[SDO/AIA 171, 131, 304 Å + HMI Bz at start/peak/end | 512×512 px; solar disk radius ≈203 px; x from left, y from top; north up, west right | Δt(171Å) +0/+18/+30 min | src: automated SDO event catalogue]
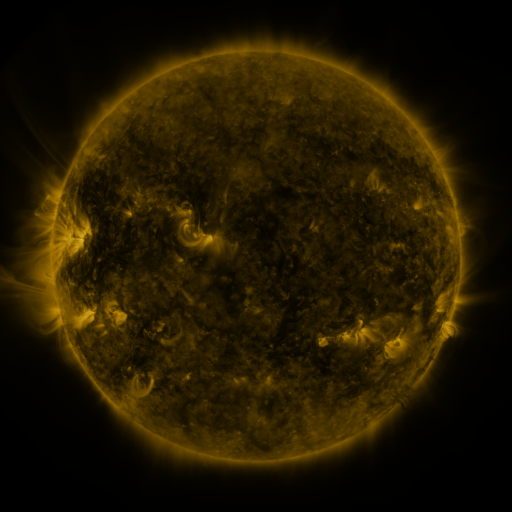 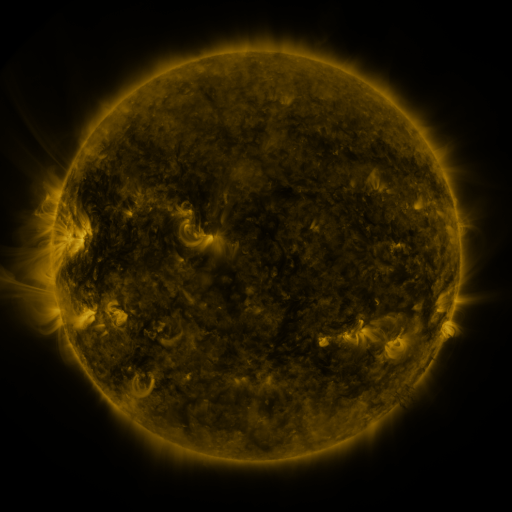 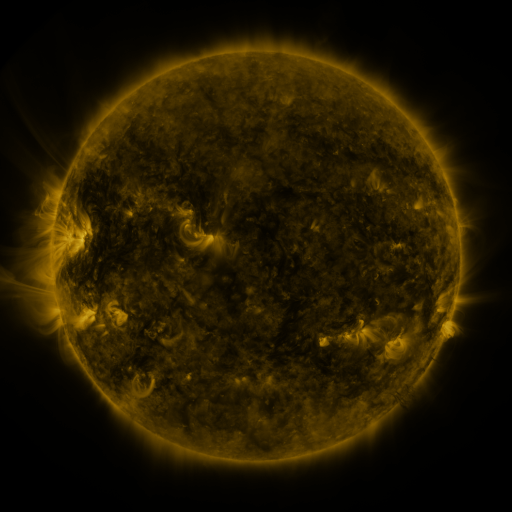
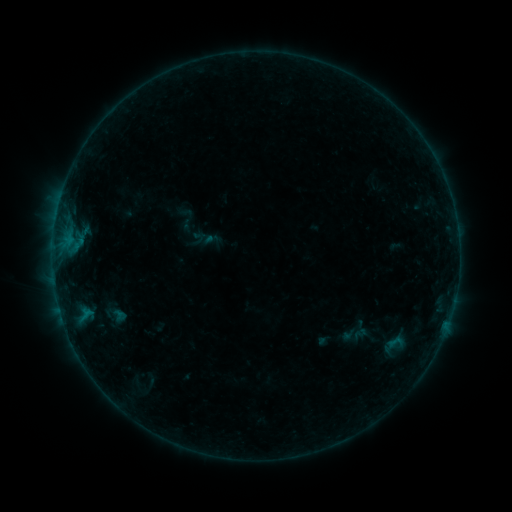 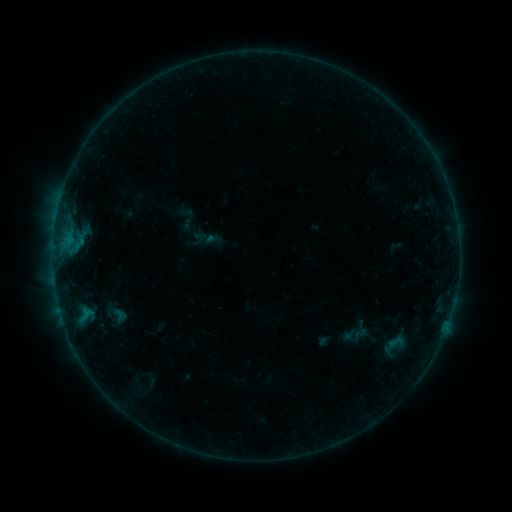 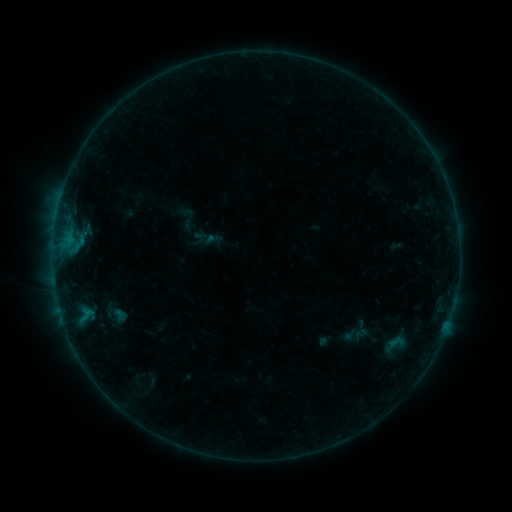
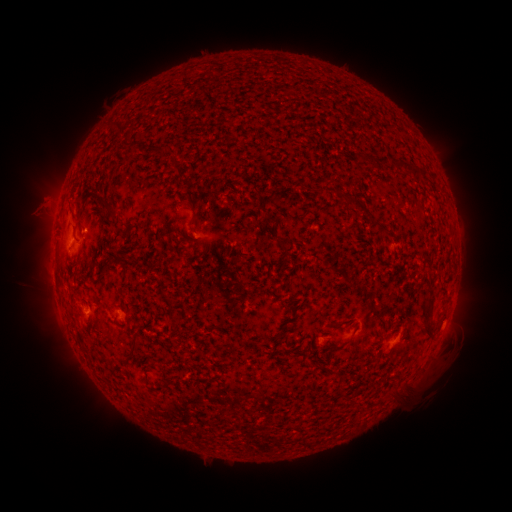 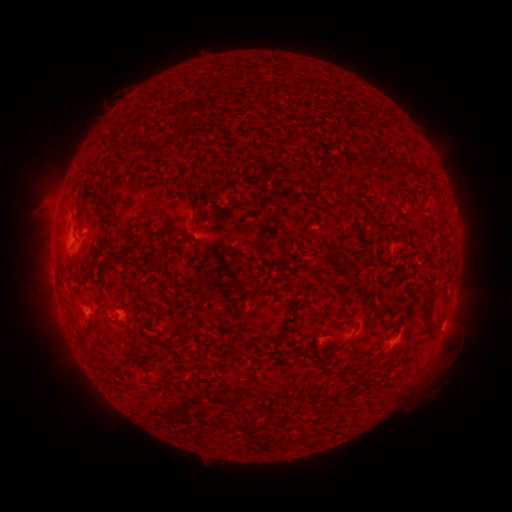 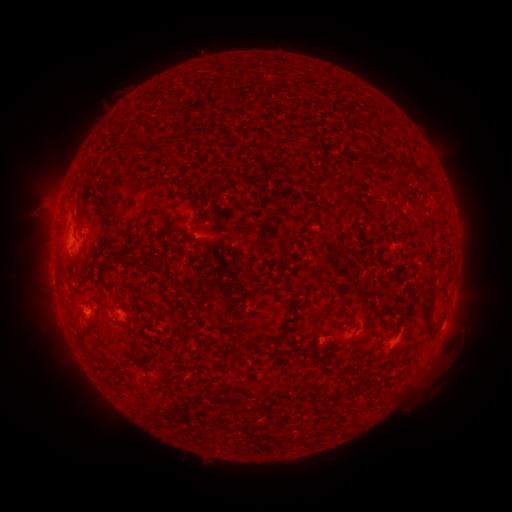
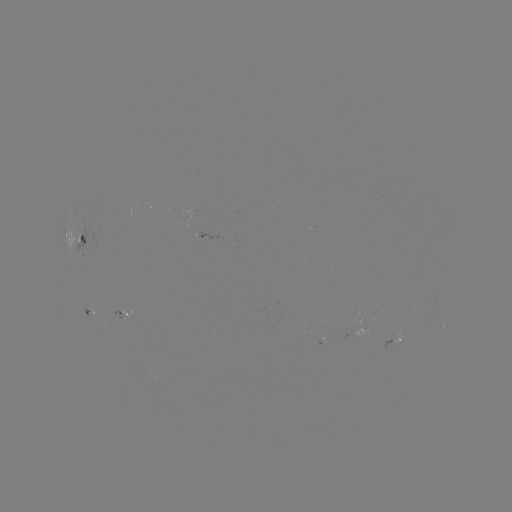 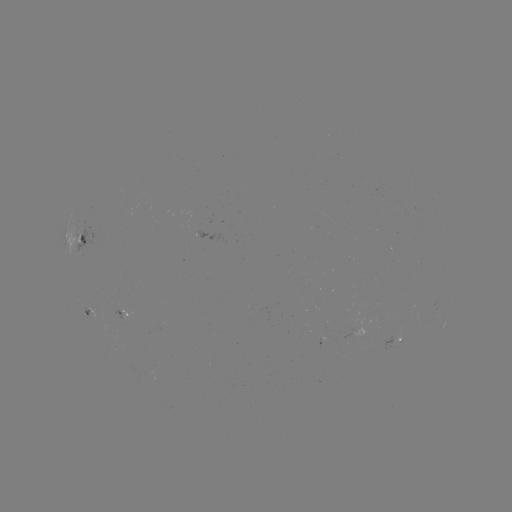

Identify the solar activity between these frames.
no classed flare was catalogued and no EUV brightening was flagged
